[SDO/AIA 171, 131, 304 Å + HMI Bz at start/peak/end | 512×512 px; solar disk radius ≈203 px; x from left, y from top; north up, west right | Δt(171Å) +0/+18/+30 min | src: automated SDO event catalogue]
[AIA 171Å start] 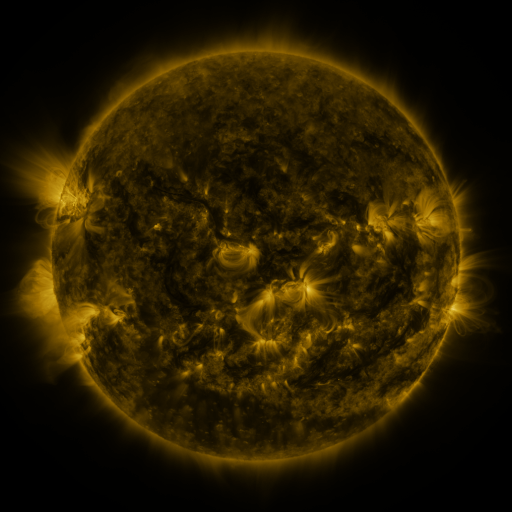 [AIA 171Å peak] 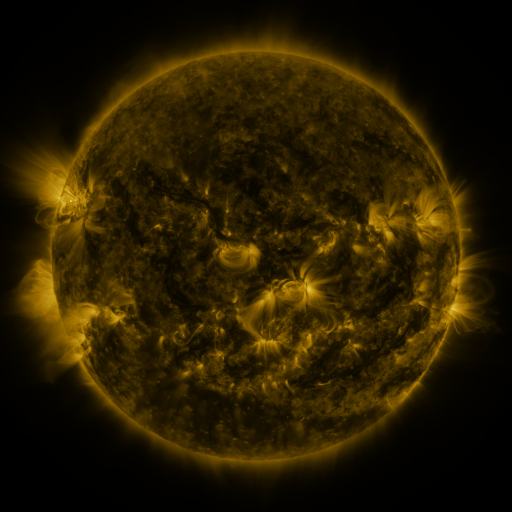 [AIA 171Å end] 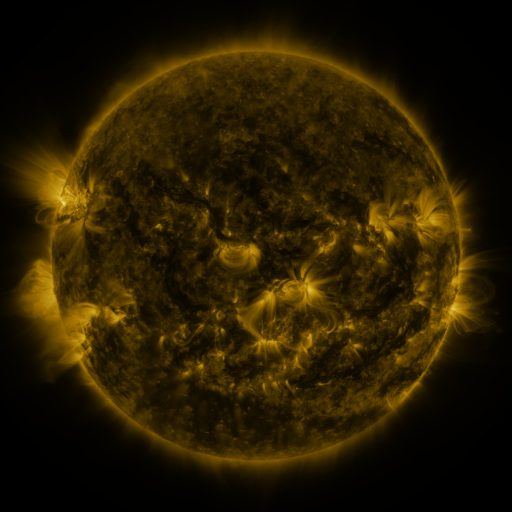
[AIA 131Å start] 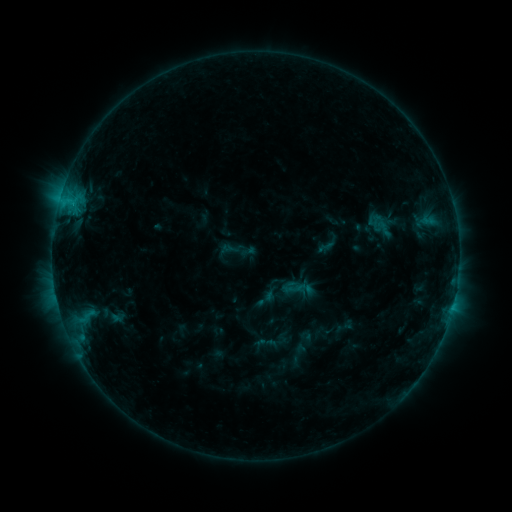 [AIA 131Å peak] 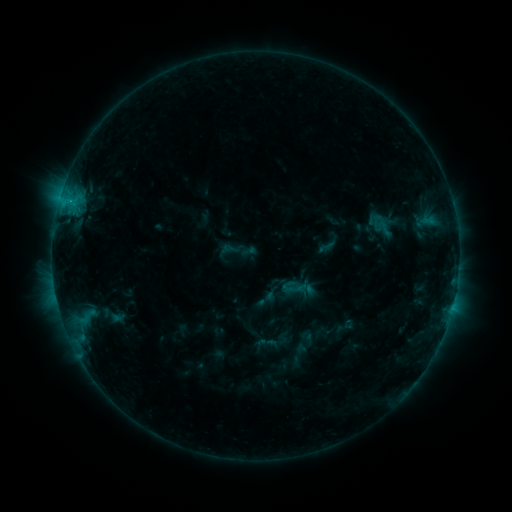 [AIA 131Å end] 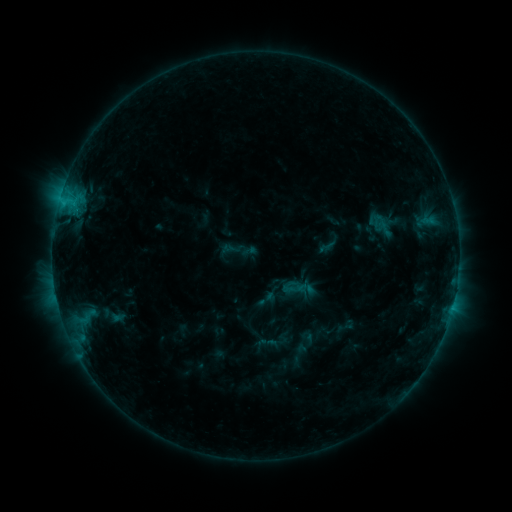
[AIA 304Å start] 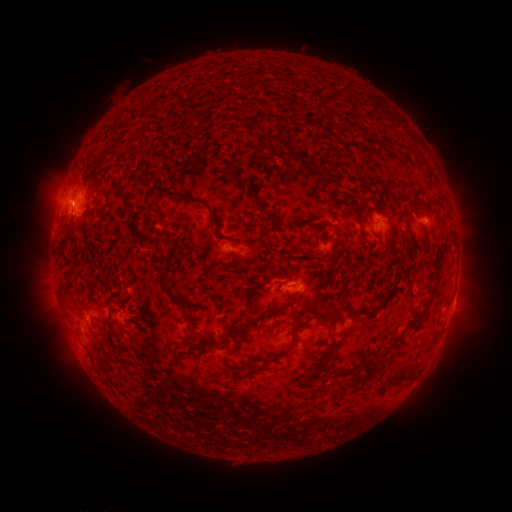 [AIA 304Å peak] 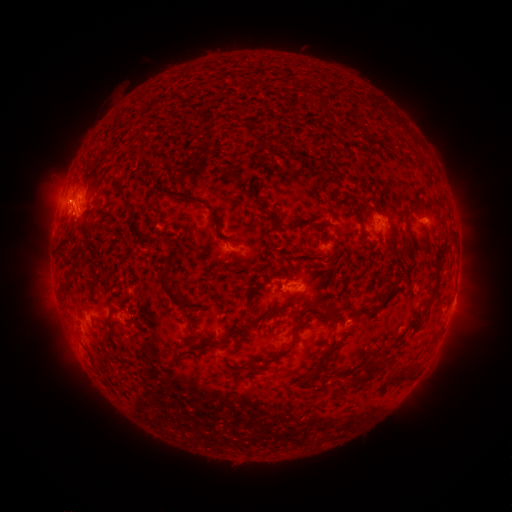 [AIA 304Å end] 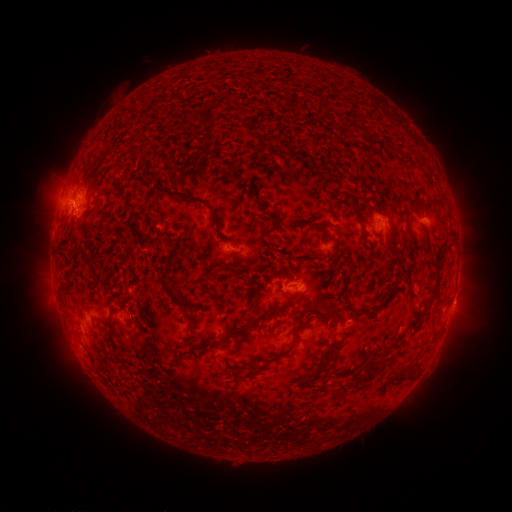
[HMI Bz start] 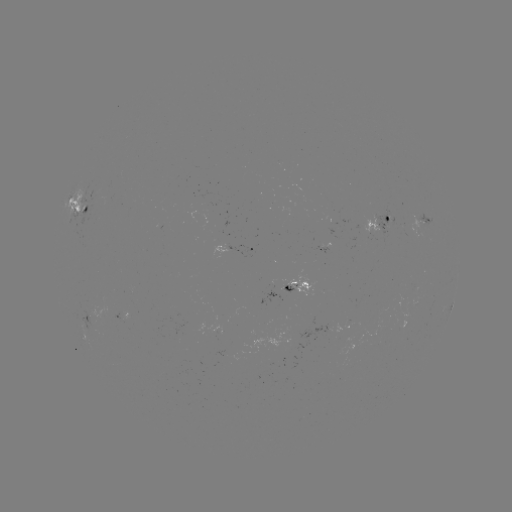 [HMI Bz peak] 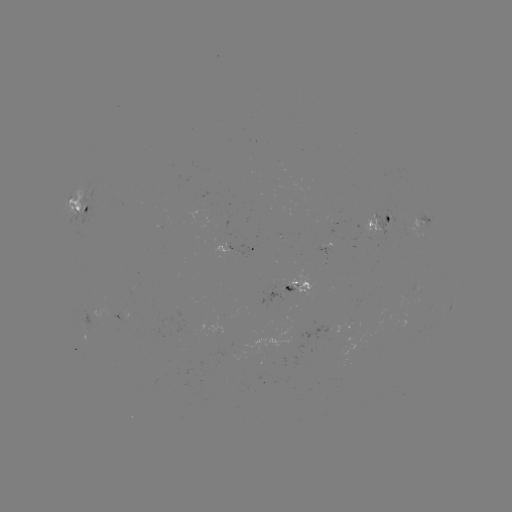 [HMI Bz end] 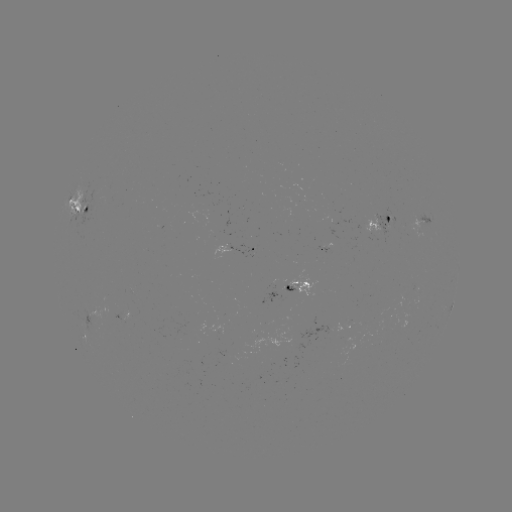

no catalogued flare and no flagged EUV brightening in this window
